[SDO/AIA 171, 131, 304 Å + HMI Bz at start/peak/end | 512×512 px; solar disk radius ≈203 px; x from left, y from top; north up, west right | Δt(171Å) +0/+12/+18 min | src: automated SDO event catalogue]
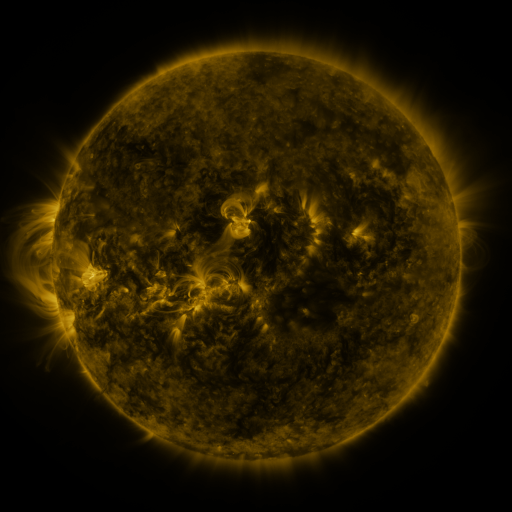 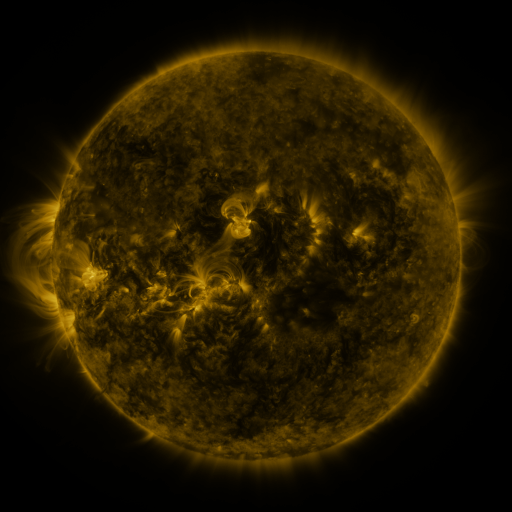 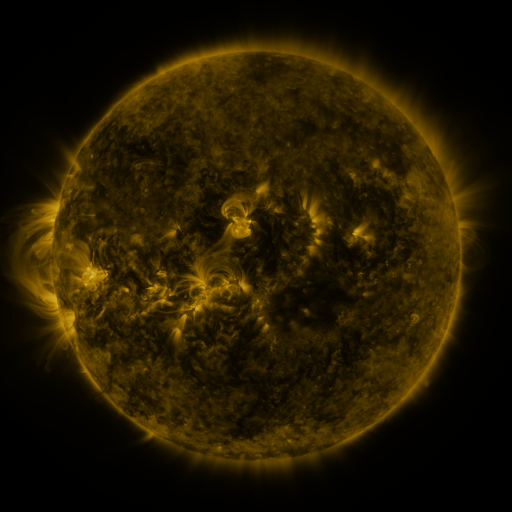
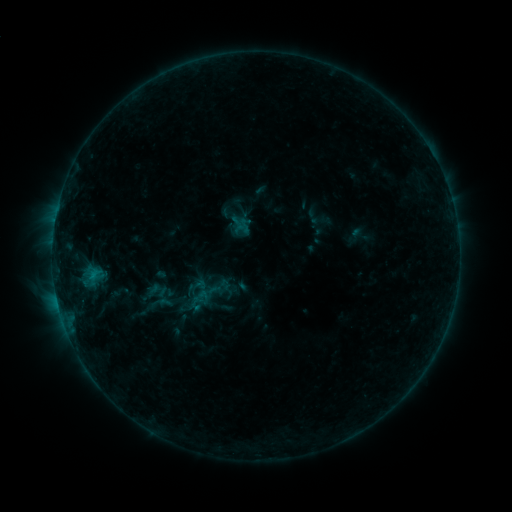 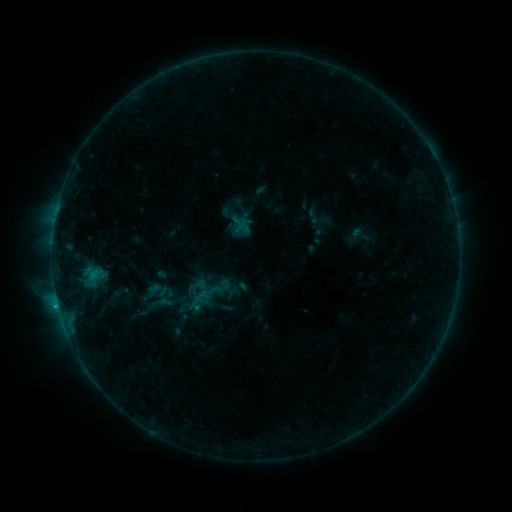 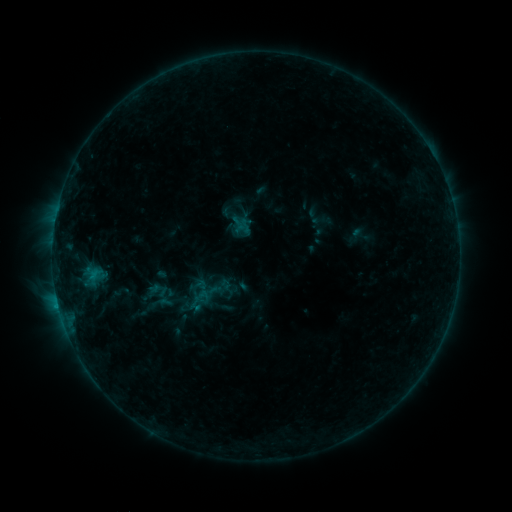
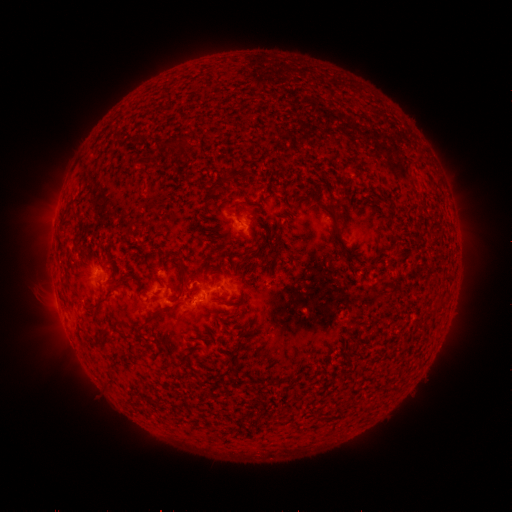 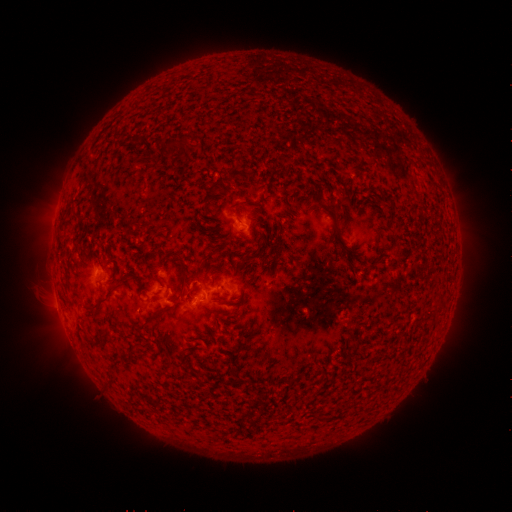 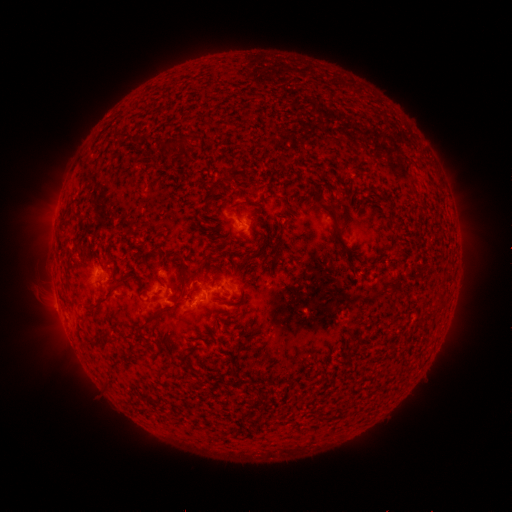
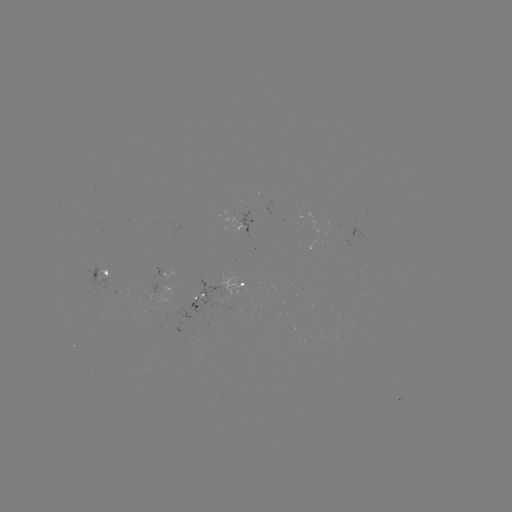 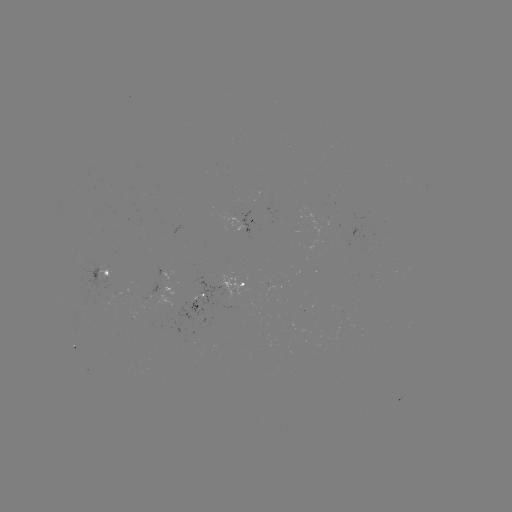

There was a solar flare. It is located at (197, 291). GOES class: B6.0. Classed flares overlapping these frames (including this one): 1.